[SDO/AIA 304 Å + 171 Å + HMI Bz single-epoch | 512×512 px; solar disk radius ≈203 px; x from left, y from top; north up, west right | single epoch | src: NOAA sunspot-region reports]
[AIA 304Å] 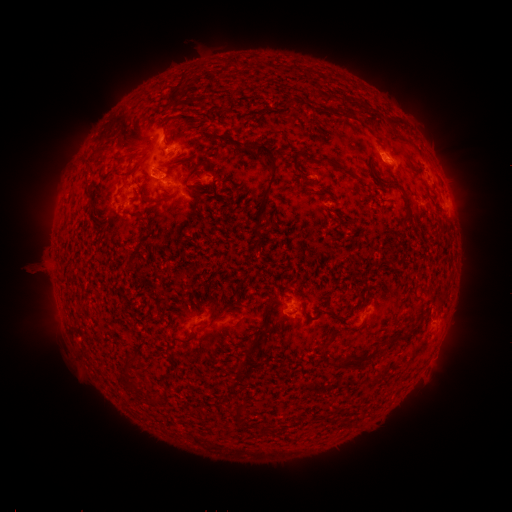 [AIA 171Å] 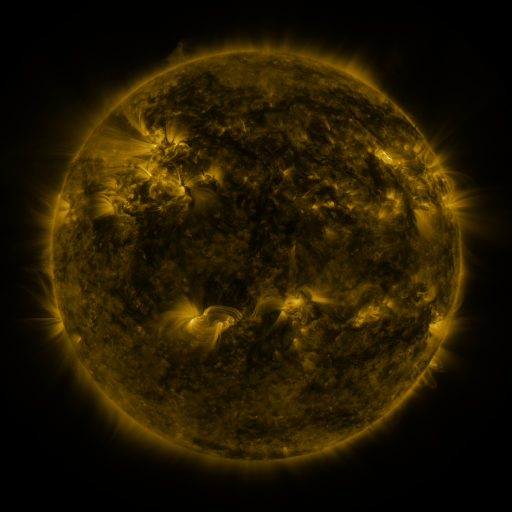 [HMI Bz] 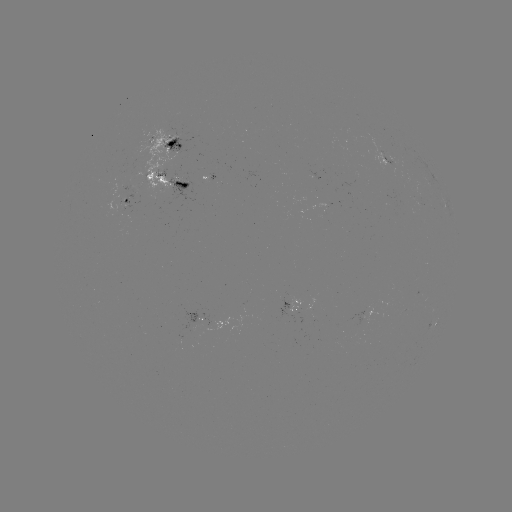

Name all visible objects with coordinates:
spotted active region: (174, 146)
spotted active region: (384, 158)
spotted active region: (212, 180)
spotted active region: (166, 185)
spotted active region: (129, 203)
spotted active region: (292, 306)
spotted active region: (201, 320)
spotted active region: (428, 332)
